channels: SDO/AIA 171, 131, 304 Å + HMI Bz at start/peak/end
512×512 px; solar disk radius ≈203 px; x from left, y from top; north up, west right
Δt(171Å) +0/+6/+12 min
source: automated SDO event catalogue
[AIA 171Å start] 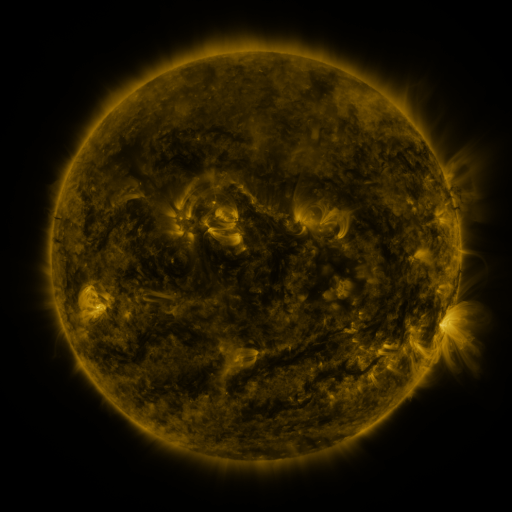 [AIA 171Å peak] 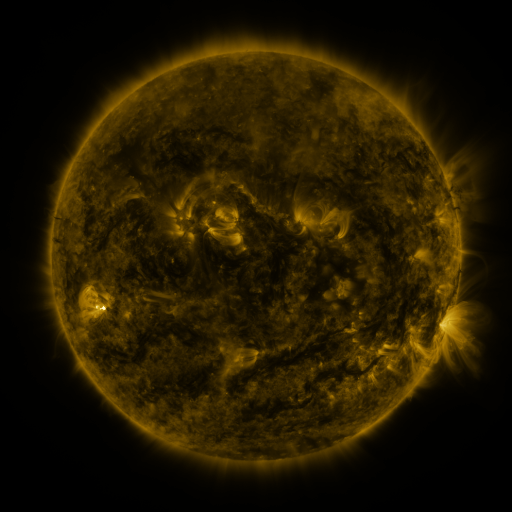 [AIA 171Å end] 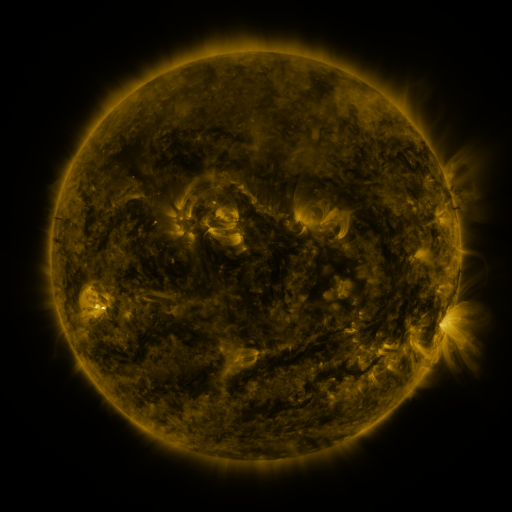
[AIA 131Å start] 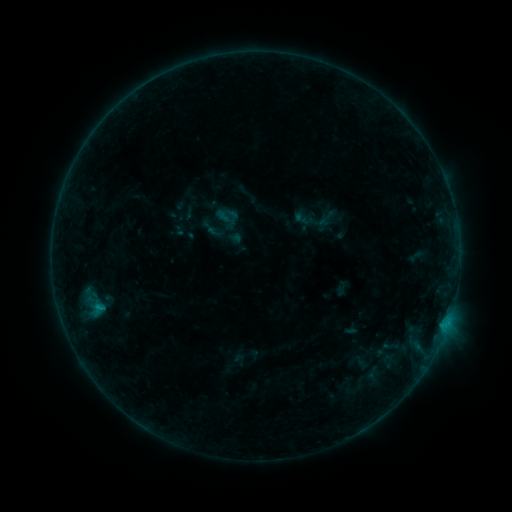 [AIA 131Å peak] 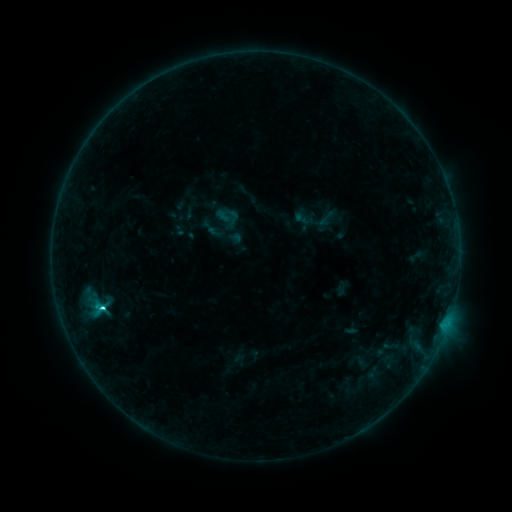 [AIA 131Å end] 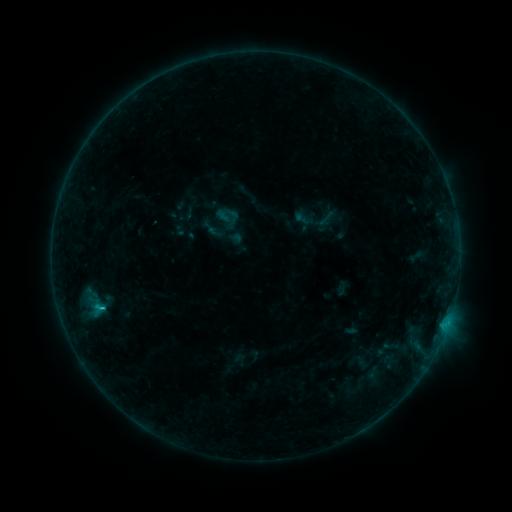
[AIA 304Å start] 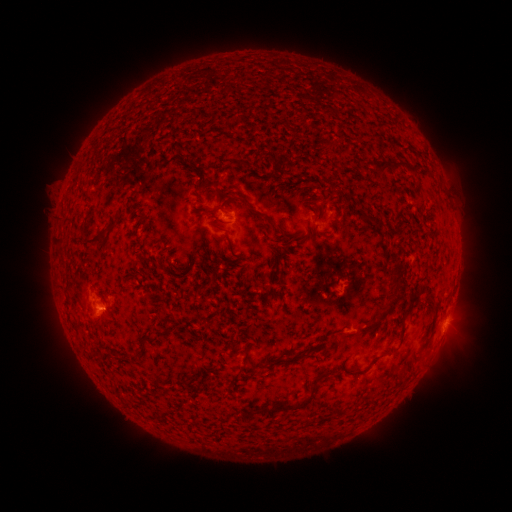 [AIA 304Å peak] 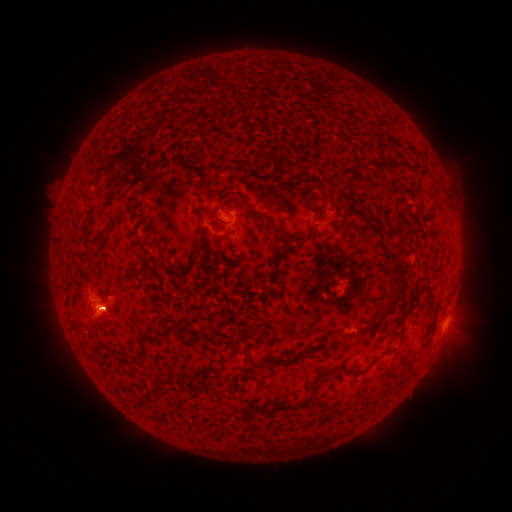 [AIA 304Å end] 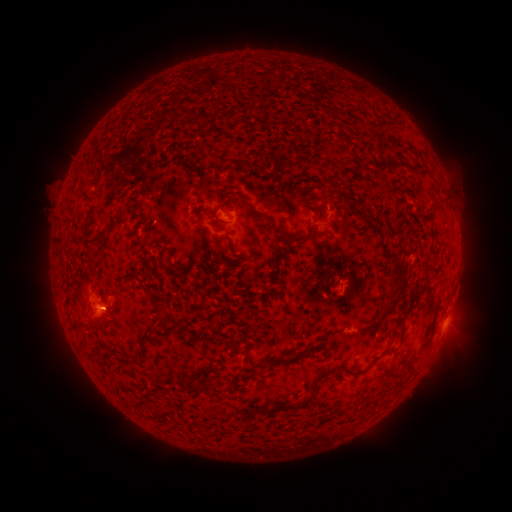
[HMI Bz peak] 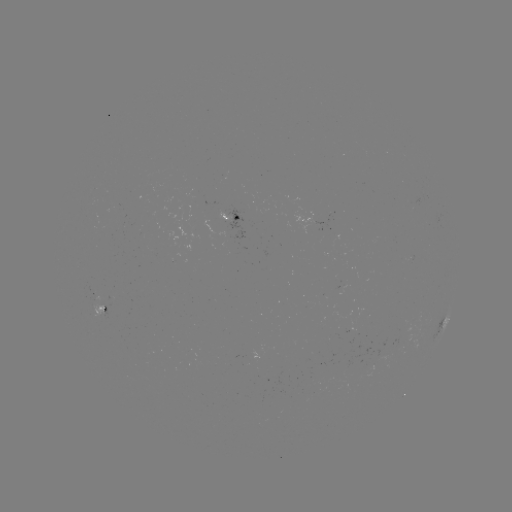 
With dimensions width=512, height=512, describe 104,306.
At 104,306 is C1.9 flare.